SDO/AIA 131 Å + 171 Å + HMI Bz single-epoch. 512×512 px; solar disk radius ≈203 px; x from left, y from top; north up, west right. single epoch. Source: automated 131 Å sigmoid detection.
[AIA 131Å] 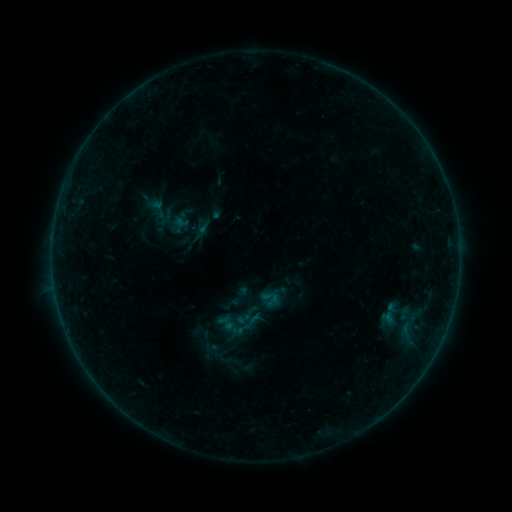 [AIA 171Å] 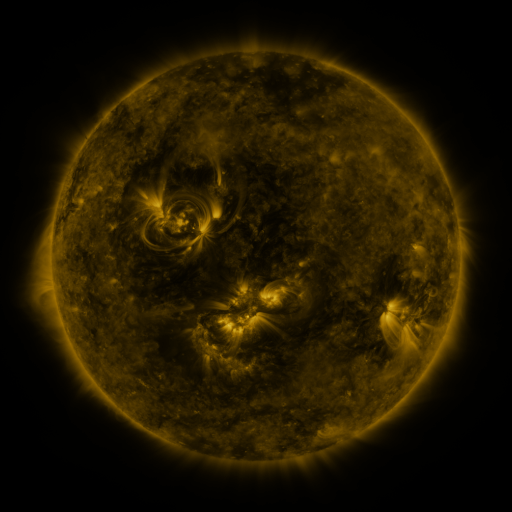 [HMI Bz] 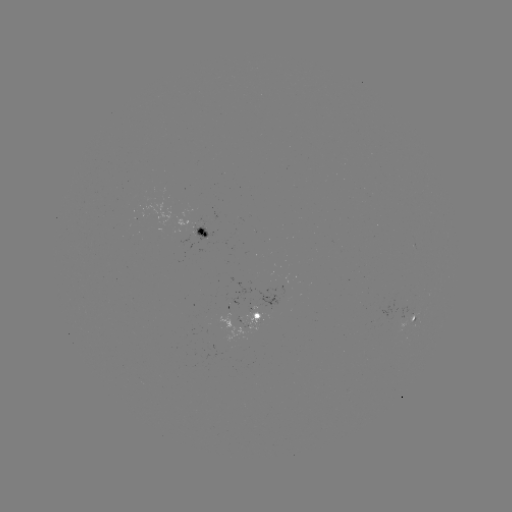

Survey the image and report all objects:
sigmoid: [147, 196, 169, 221]
sigmoid: [240, 309, 264, 333]
